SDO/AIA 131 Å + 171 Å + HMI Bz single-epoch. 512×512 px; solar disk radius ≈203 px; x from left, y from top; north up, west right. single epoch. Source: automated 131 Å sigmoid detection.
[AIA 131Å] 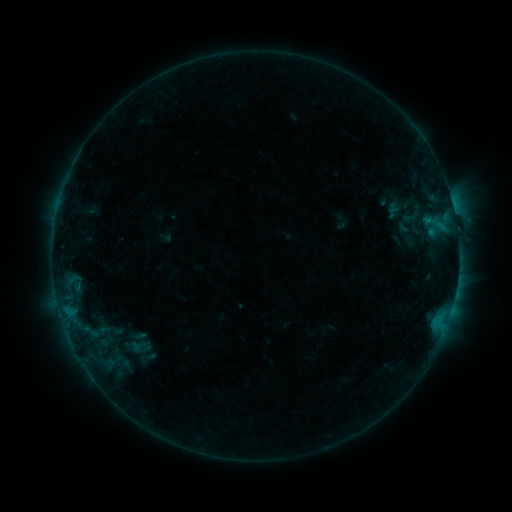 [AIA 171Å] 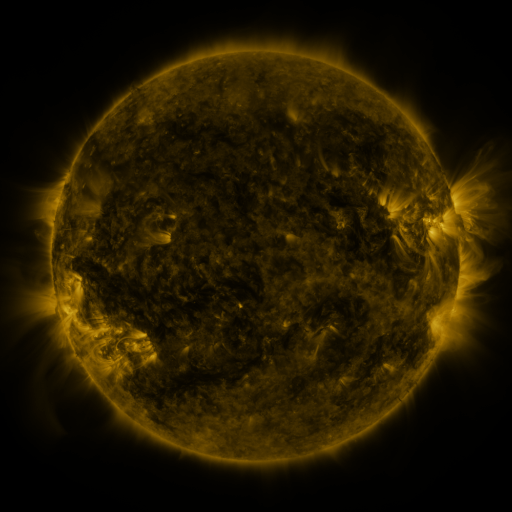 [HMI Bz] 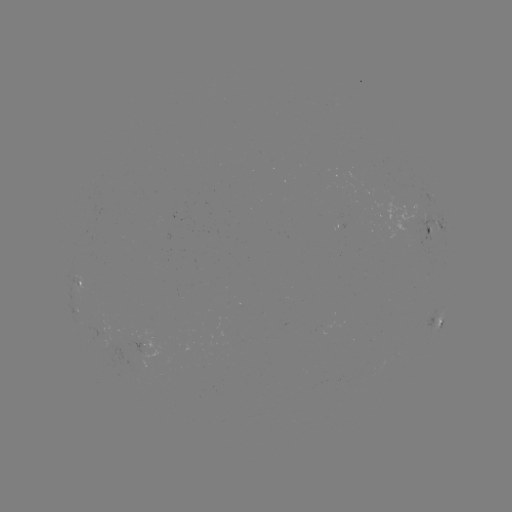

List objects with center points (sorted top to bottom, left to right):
sigmoid: (412, 217)
